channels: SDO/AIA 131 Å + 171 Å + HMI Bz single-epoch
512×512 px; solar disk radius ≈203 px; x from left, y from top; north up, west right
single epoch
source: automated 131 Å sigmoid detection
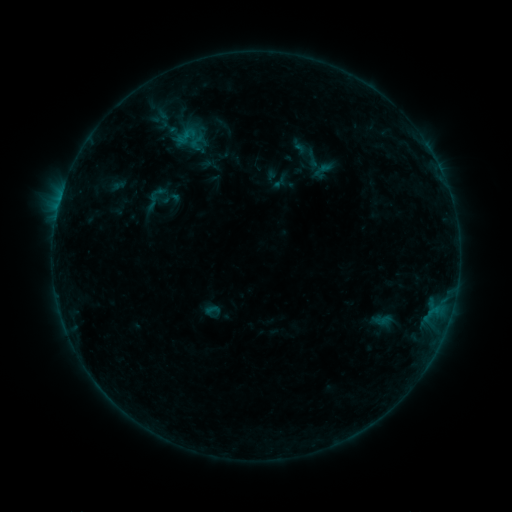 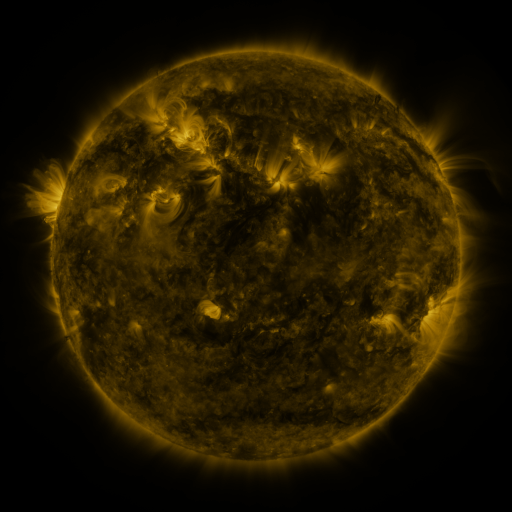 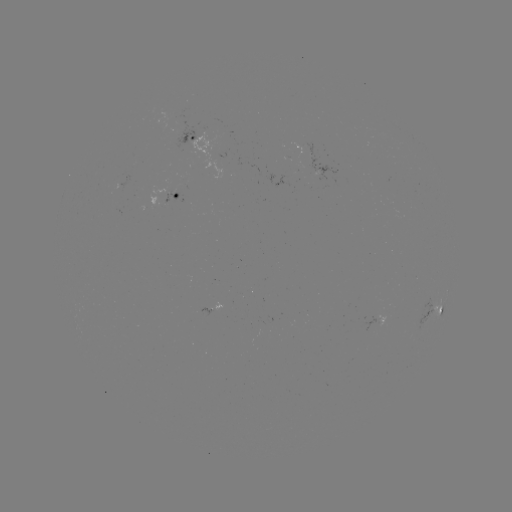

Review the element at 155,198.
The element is sigmoid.